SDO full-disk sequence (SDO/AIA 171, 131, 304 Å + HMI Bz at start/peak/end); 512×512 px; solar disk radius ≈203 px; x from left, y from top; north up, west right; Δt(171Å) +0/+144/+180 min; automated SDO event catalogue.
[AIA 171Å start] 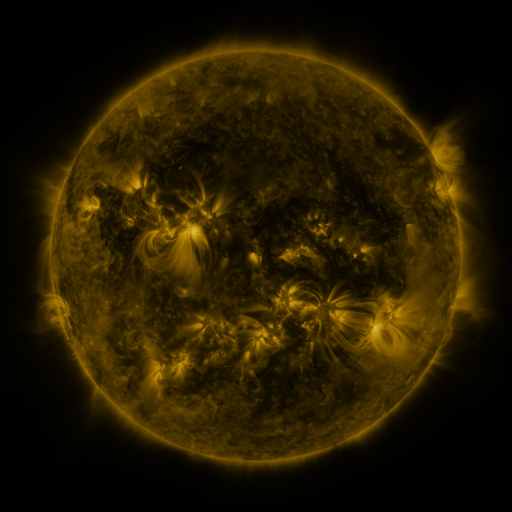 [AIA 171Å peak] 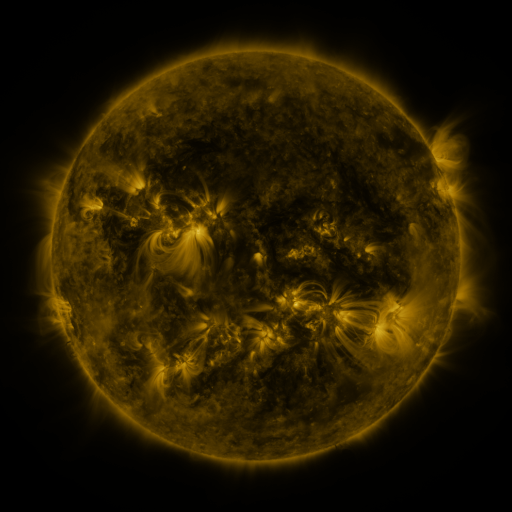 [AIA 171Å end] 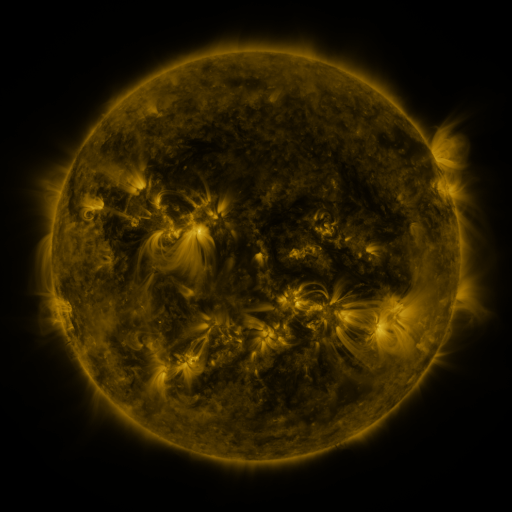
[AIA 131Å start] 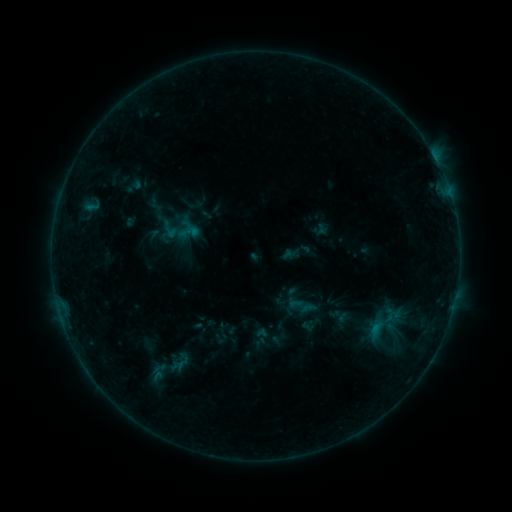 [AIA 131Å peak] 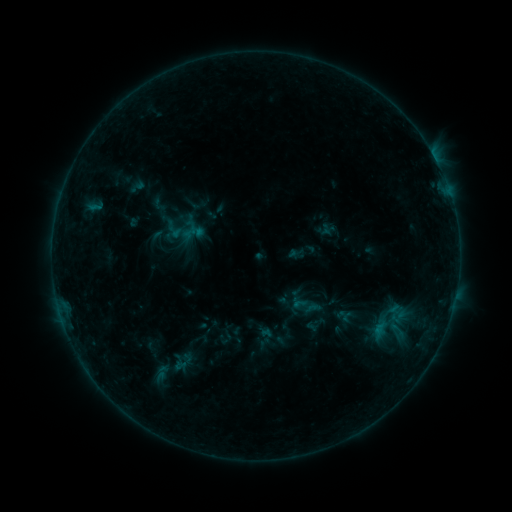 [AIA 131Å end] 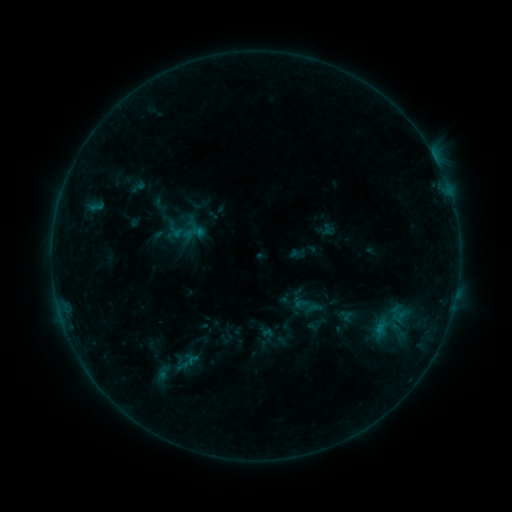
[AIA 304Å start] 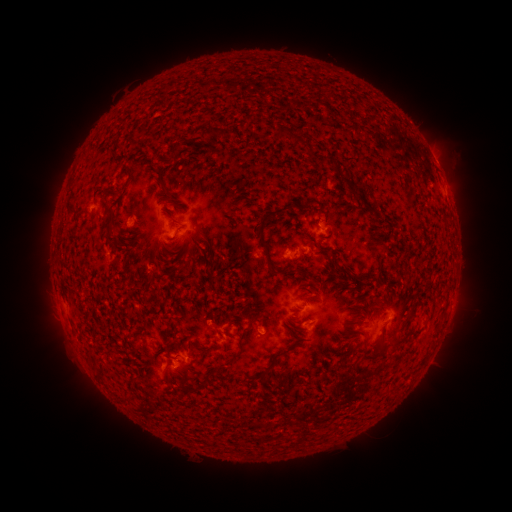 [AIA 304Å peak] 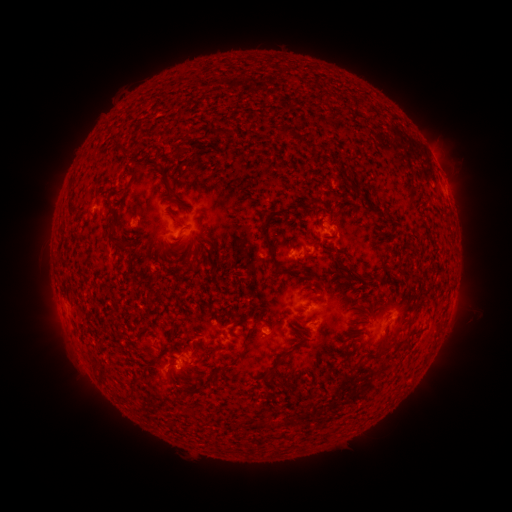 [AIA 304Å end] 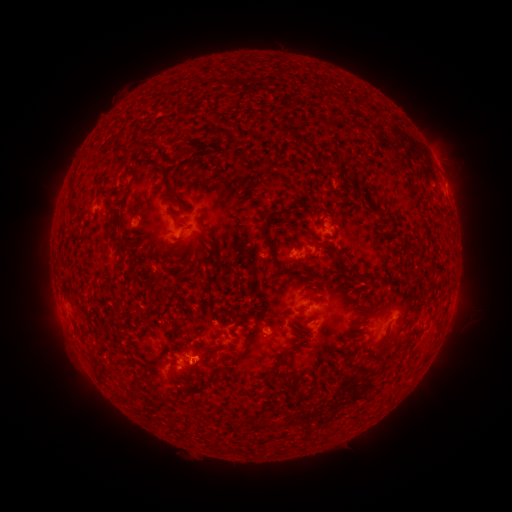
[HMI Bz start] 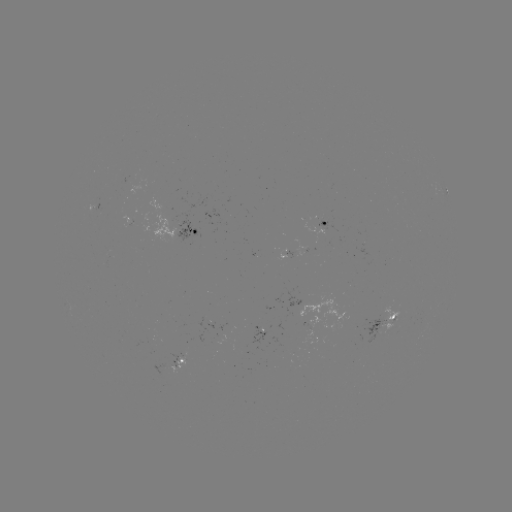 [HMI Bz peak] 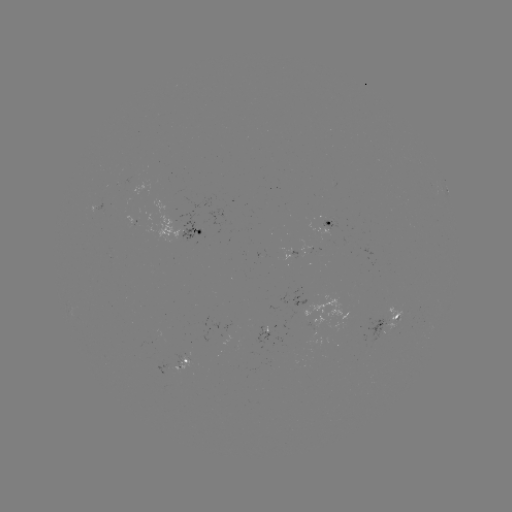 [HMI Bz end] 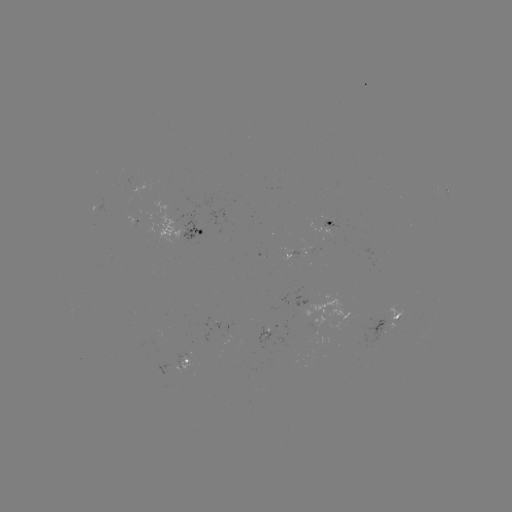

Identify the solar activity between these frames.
emerging-flux region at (178, 364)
